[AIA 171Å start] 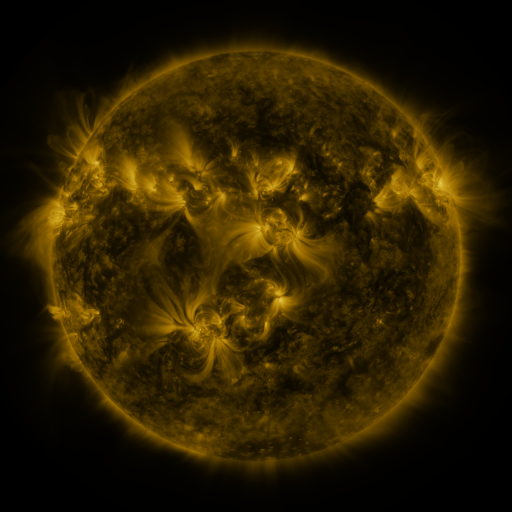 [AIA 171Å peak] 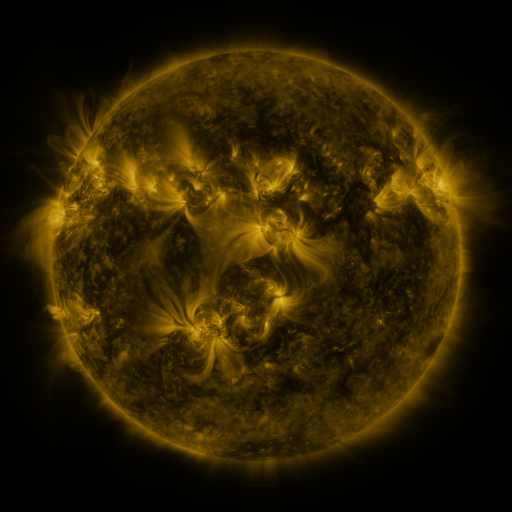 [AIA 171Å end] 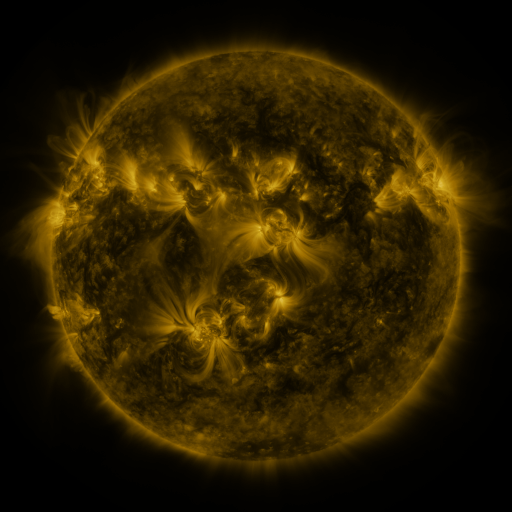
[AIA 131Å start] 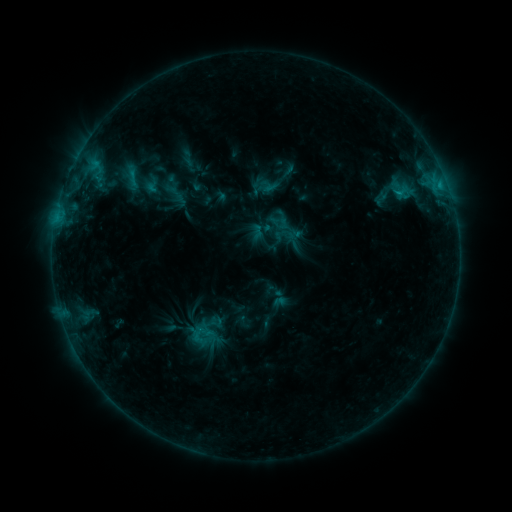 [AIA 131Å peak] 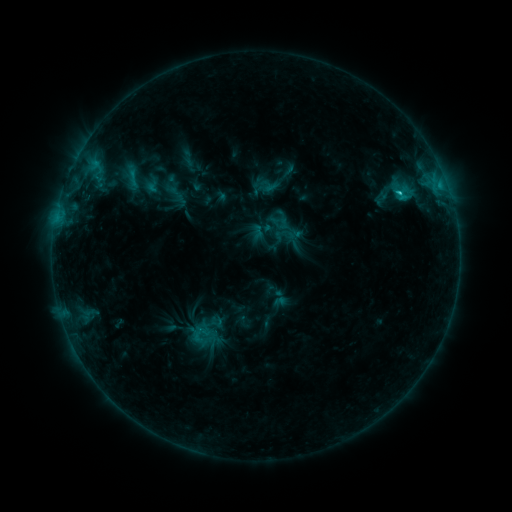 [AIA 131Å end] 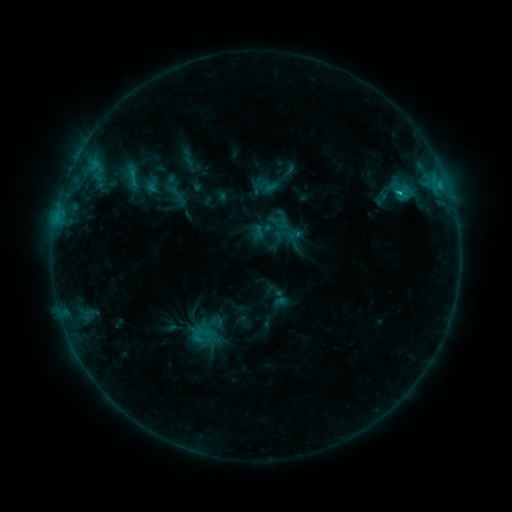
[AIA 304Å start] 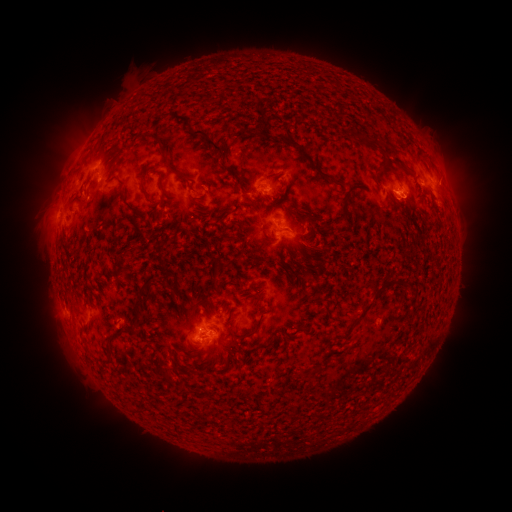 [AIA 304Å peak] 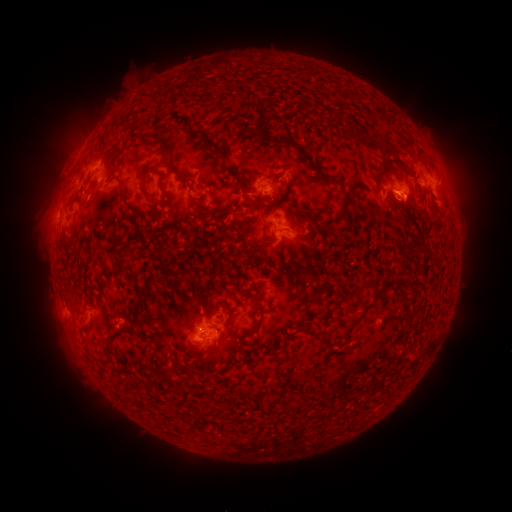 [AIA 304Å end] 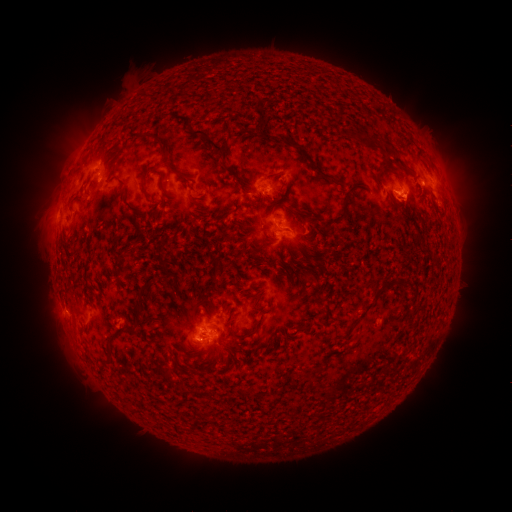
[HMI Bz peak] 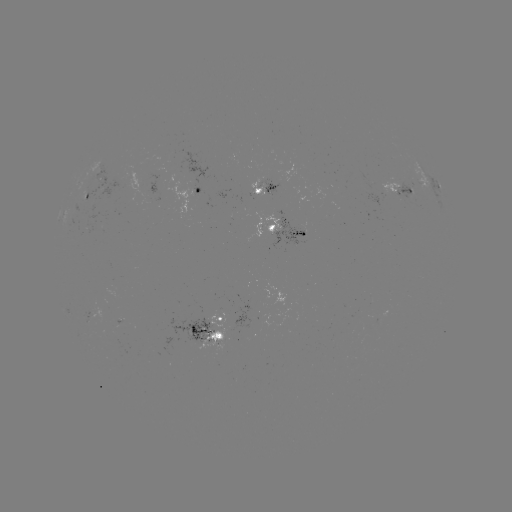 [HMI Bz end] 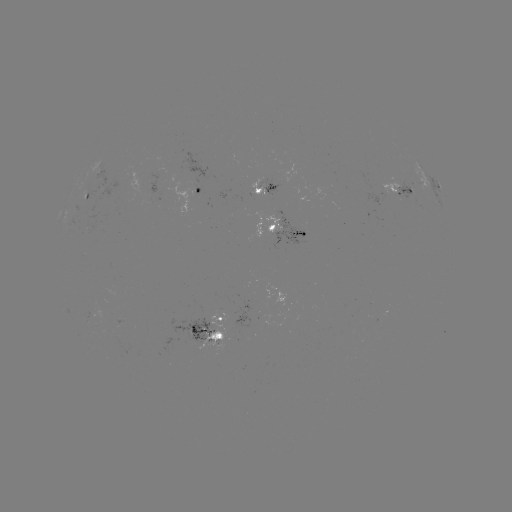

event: flare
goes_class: C1.2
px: (397, 194)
